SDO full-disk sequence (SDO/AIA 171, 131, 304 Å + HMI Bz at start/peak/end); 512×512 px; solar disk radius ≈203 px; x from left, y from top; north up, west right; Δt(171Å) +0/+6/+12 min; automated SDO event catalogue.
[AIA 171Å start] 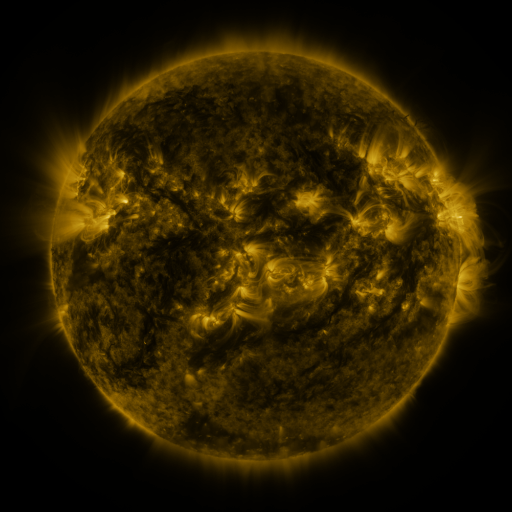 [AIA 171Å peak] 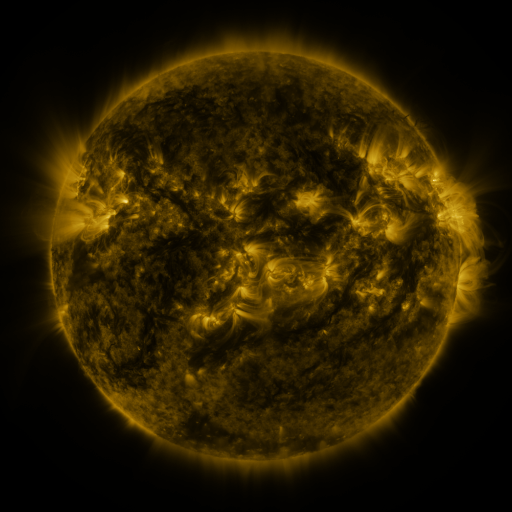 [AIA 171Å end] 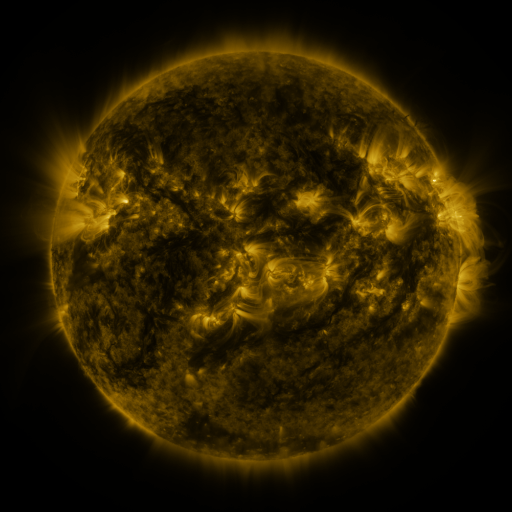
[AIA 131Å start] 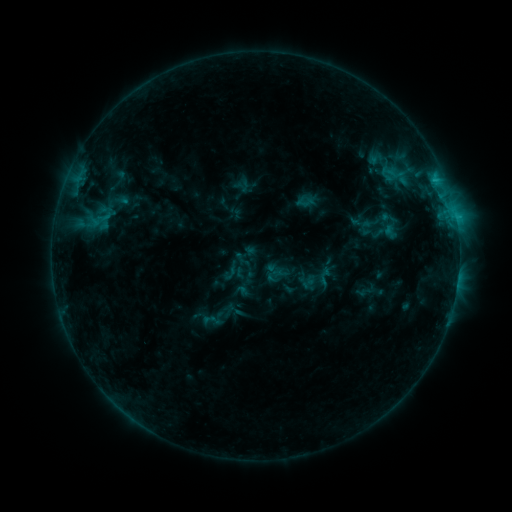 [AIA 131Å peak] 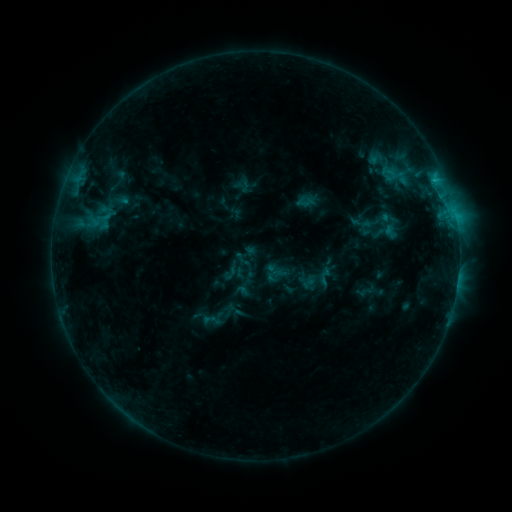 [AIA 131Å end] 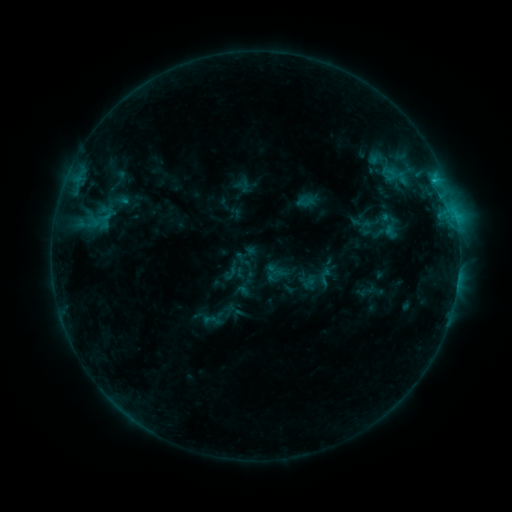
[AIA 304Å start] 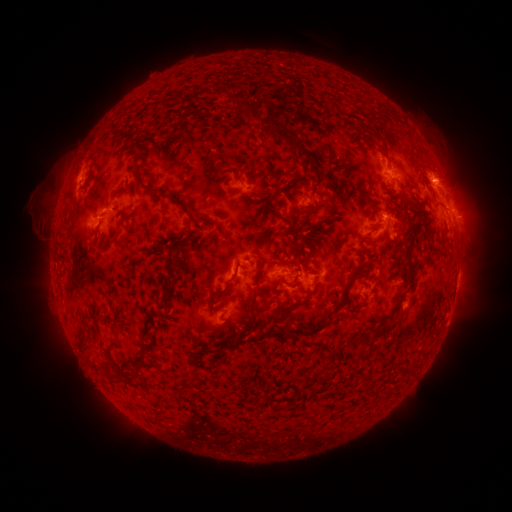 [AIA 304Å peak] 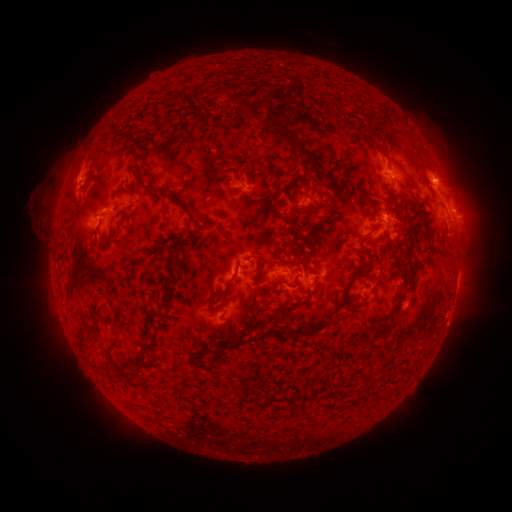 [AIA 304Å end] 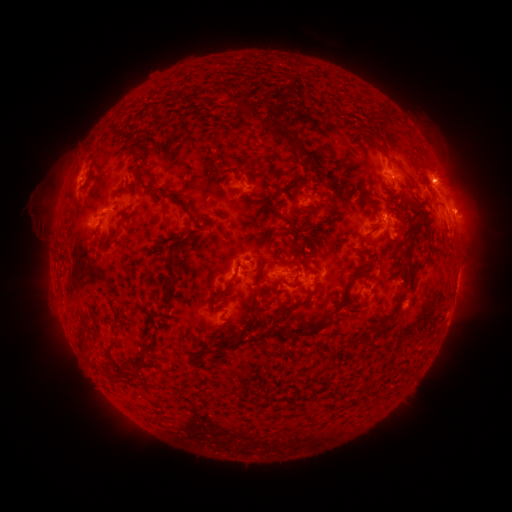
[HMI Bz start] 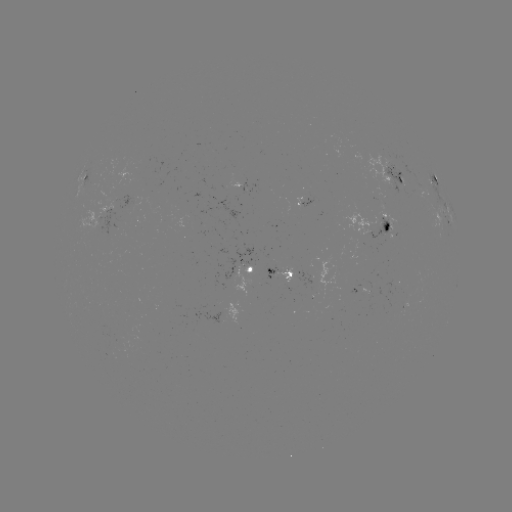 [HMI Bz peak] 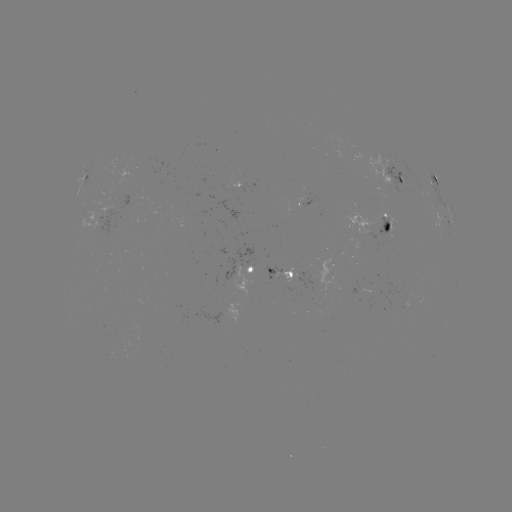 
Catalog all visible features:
eruption: (468, 209)
